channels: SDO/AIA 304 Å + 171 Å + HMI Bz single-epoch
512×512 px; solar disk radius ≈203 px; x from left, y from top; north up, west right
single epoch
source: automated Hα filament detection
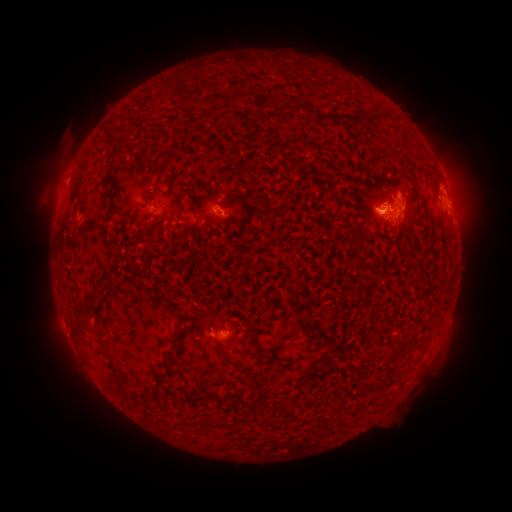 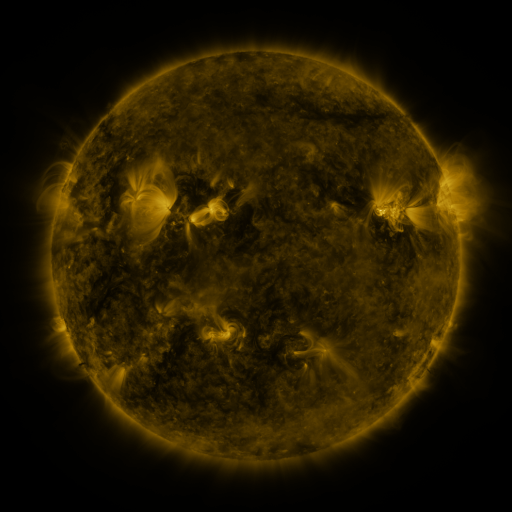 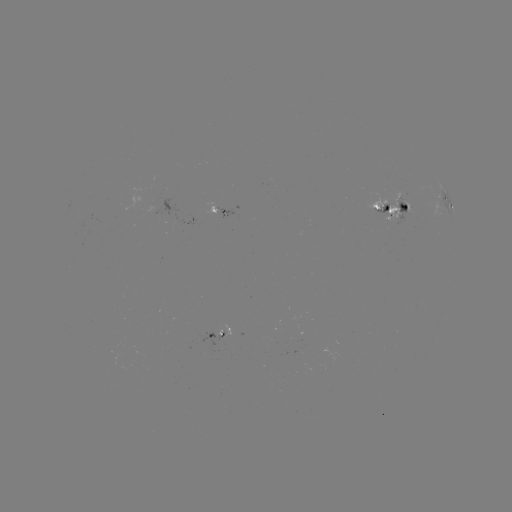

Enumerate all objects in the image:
filament: [112, 145, 129, 157]
filament: [105, 167, 117, 185]
filament: [106, 189, 119, 215]
filament: [83, 287, 100, 305]
filament: [174, 325, 189, 338]
filament: [276, 334, 288, 344]
filament: [397, 341, 407, 348]
filament: [385, 353, 394, 363]
filament: [155, 355, 173, 387]
